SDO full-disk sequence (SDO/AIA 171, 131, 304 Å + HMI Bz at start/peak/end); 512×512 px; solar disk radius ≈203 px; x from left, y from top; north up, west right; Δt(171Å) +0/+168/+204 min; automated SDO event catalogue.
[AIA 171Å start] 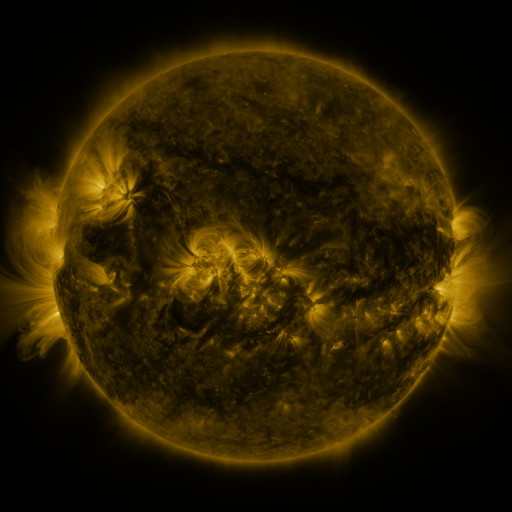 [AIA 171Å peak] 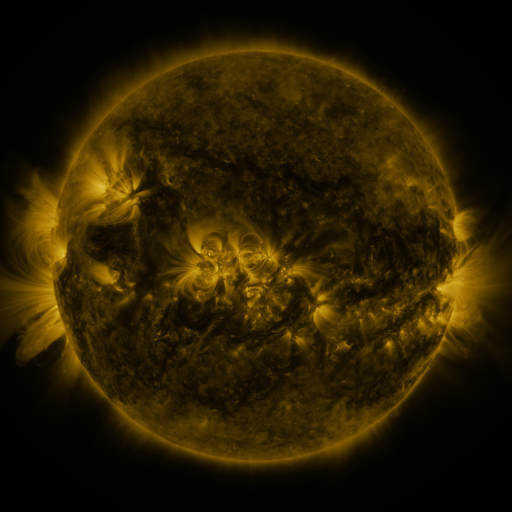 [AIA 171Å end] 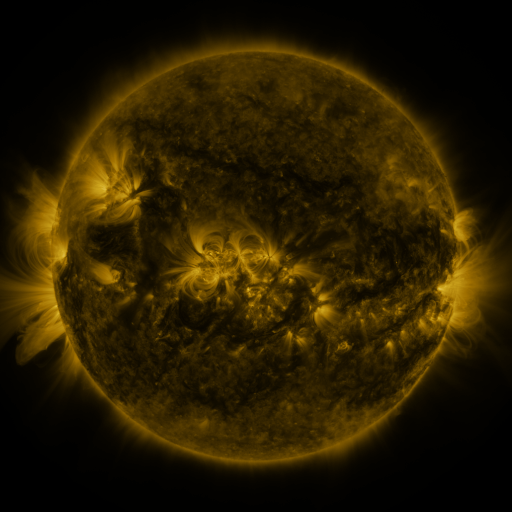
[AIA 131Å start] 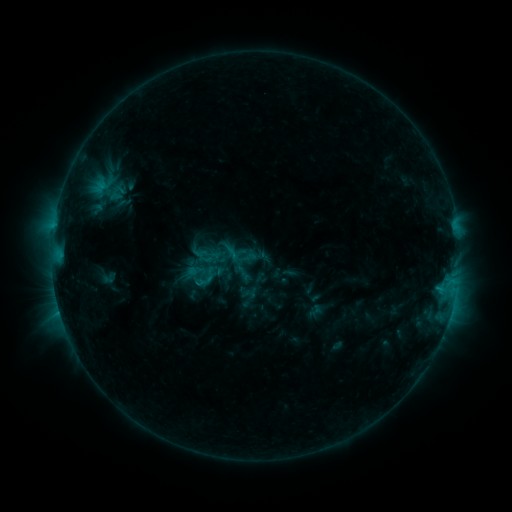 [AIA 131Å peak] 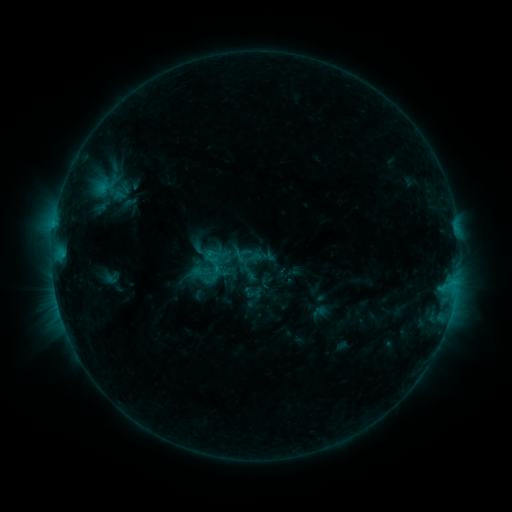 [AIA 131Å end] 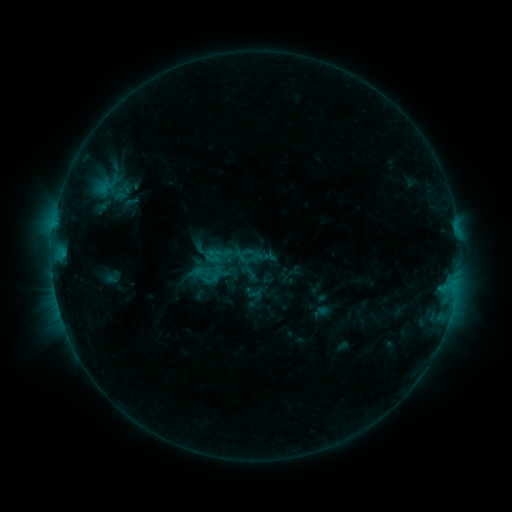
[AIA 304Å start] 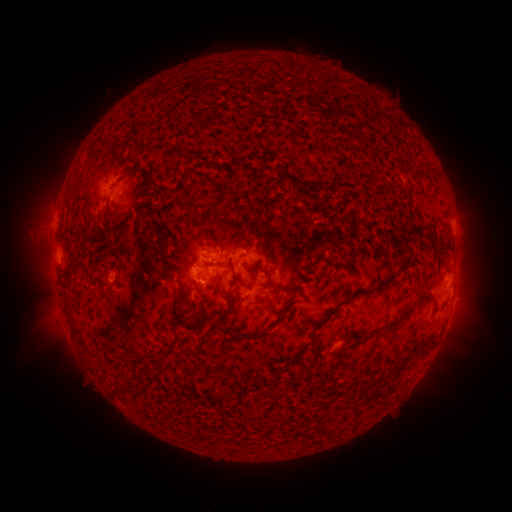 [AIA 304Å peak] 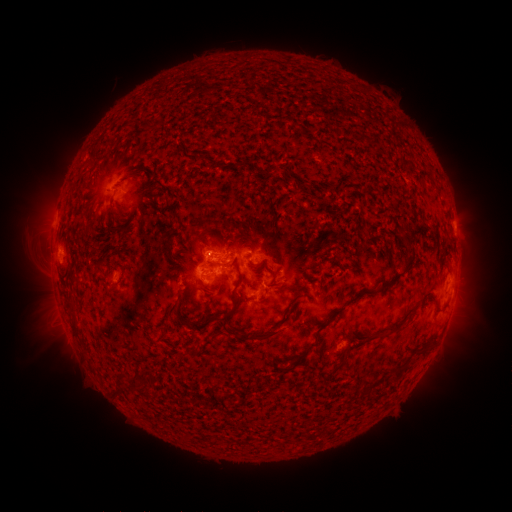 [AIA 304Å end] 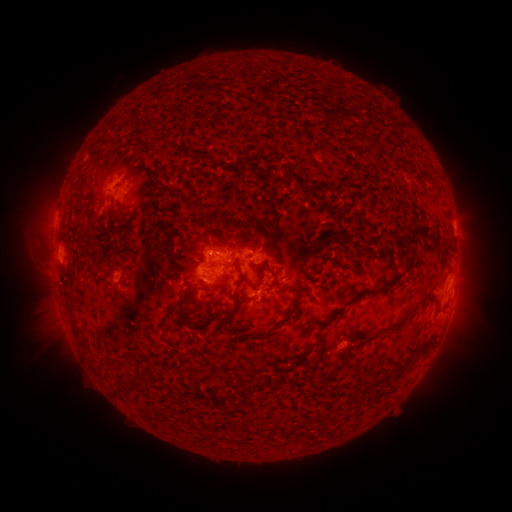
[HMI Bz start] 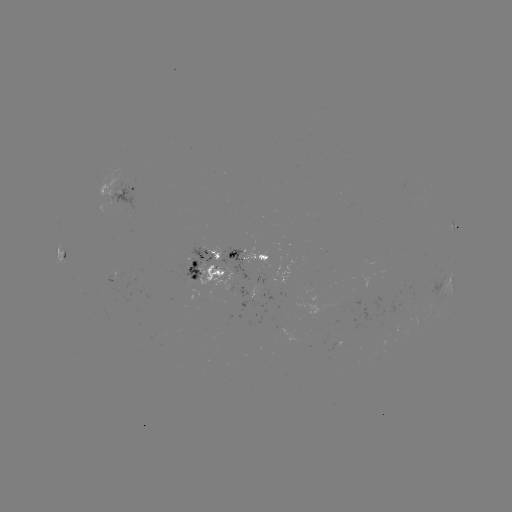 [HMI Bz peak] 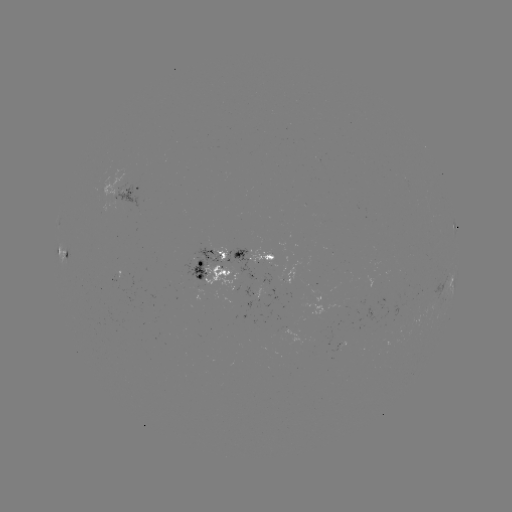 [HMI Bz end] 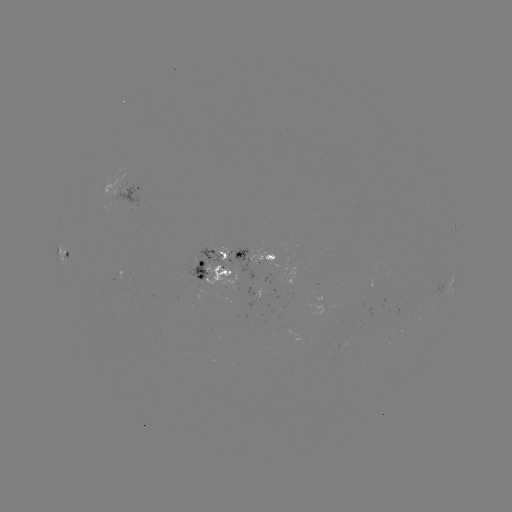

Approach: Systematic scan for emerging-flux region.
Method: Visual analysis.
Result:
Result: emerging-flux region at [374, 262].